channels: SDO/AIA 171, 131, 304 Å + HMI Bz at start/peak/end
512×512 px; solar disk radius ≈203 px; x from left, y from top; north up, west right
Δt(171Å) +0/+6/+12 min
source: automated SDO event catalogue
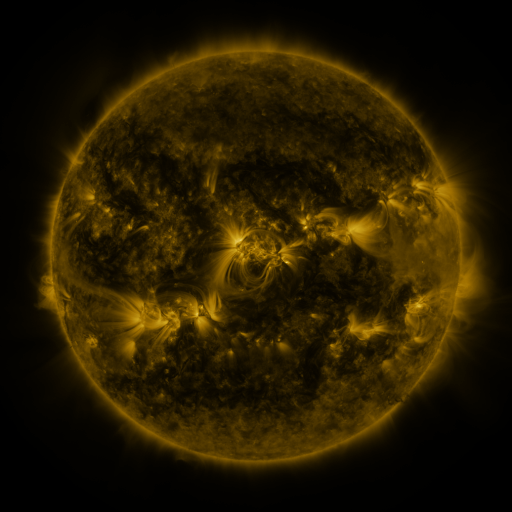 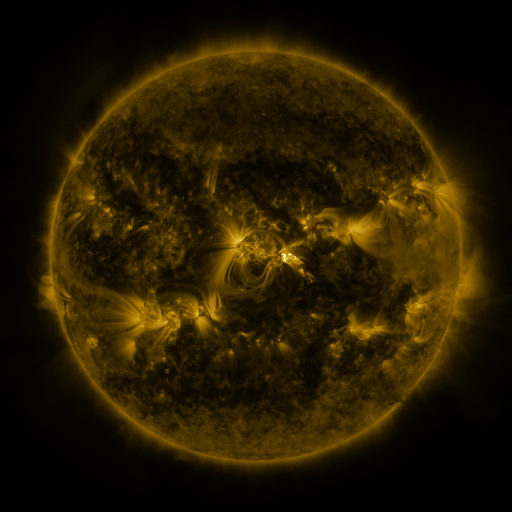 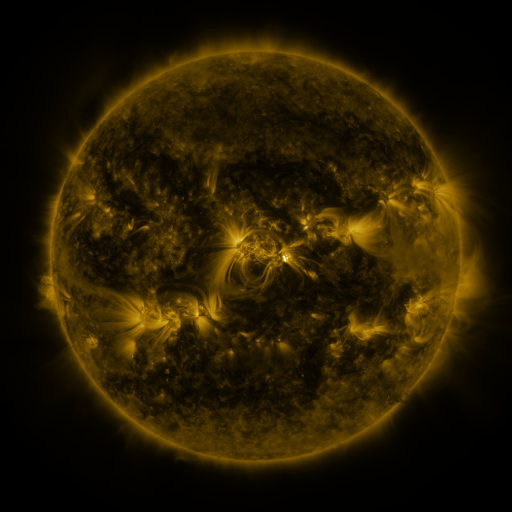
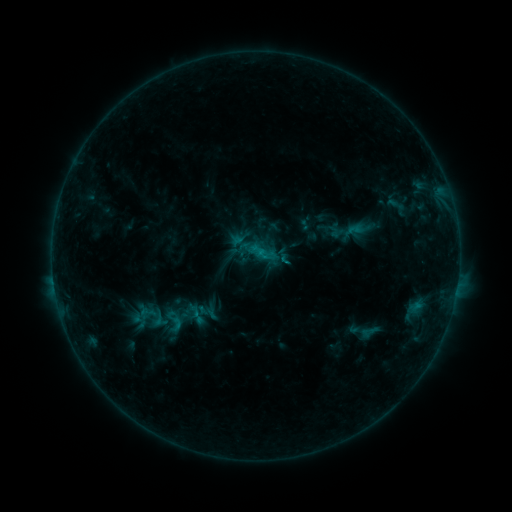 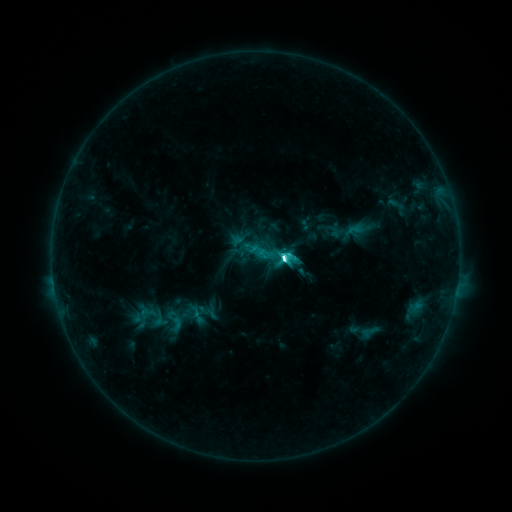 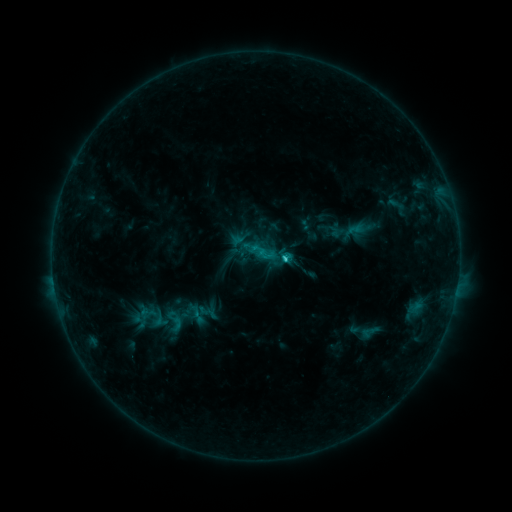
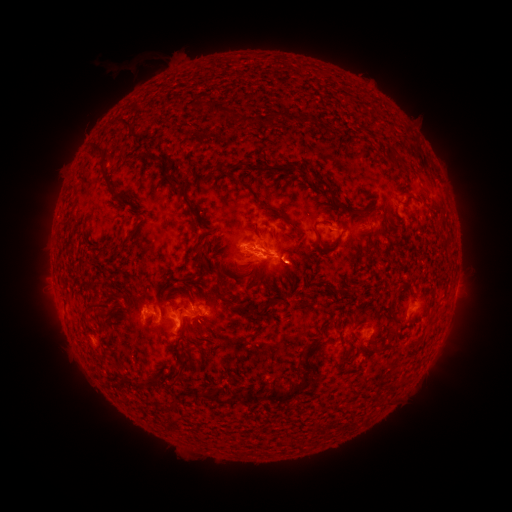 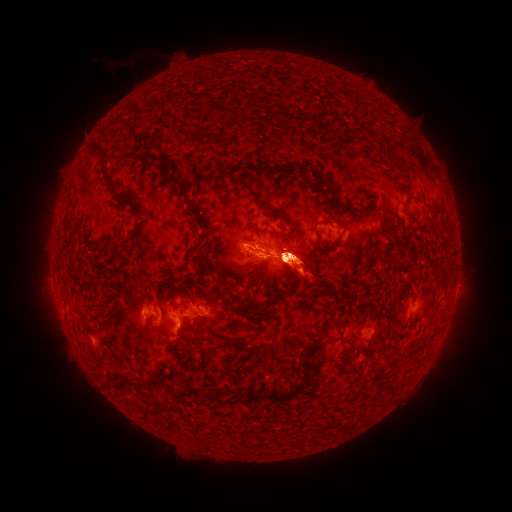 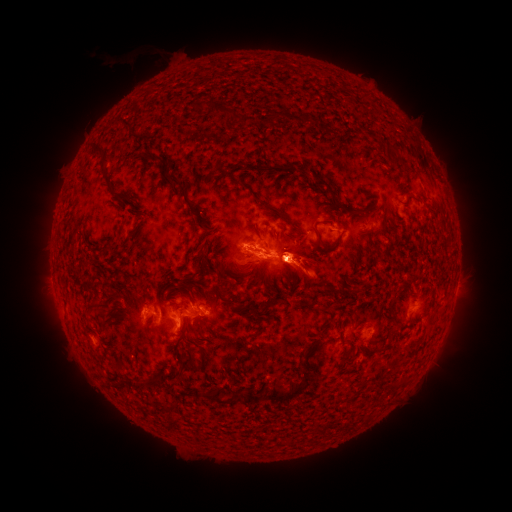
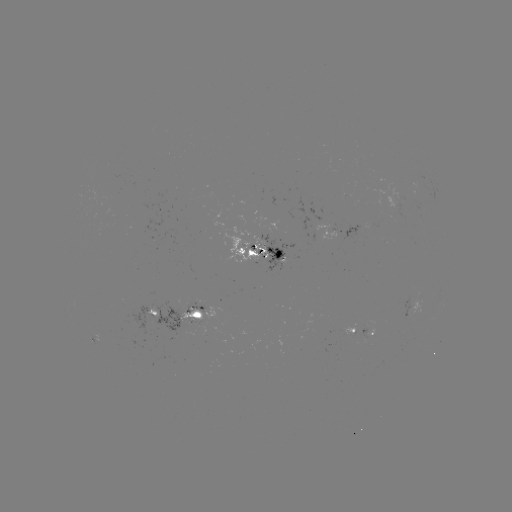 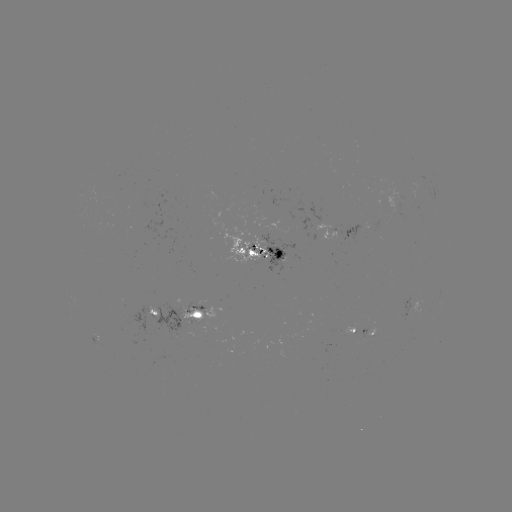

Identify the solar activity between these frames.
C6.5 flare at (280, 260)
